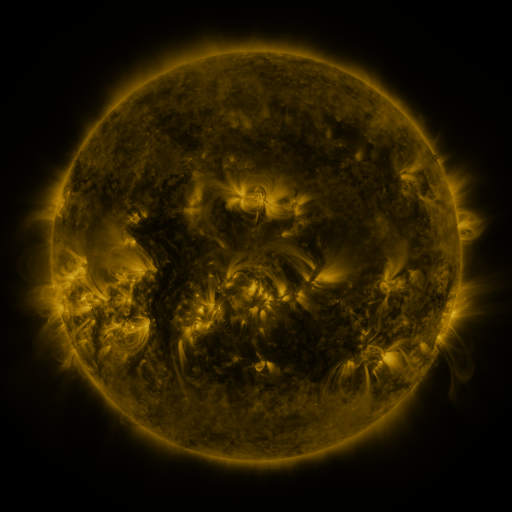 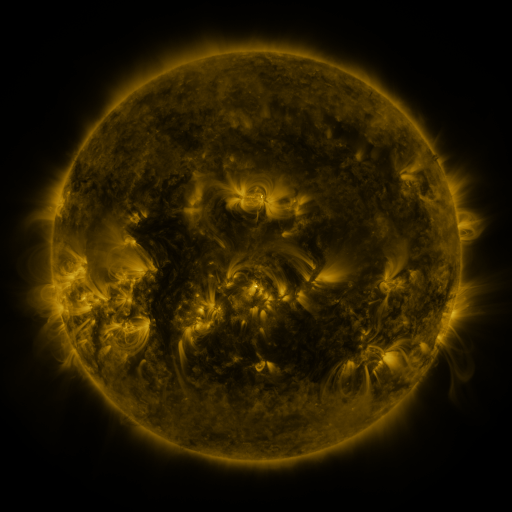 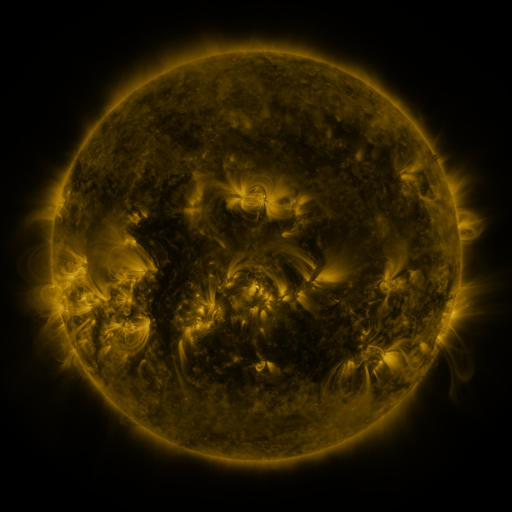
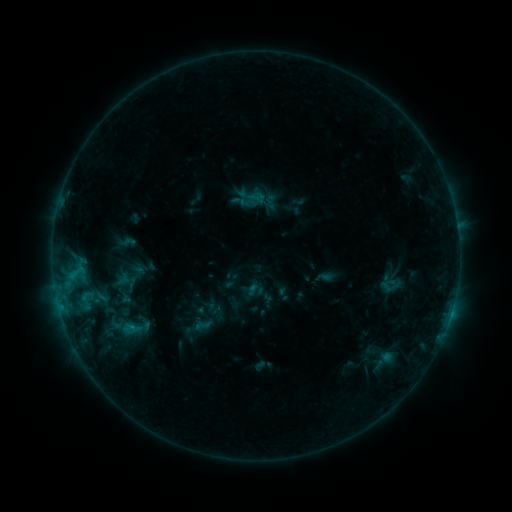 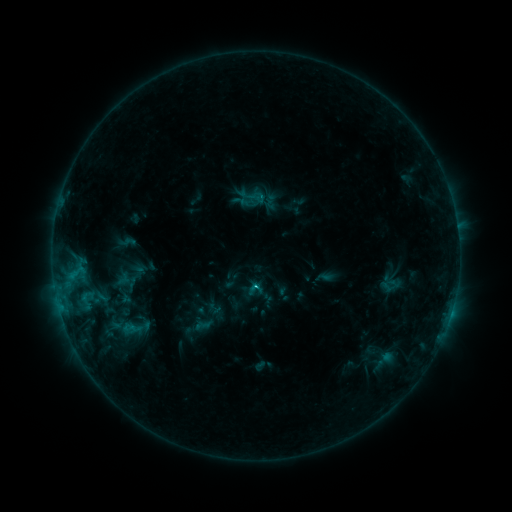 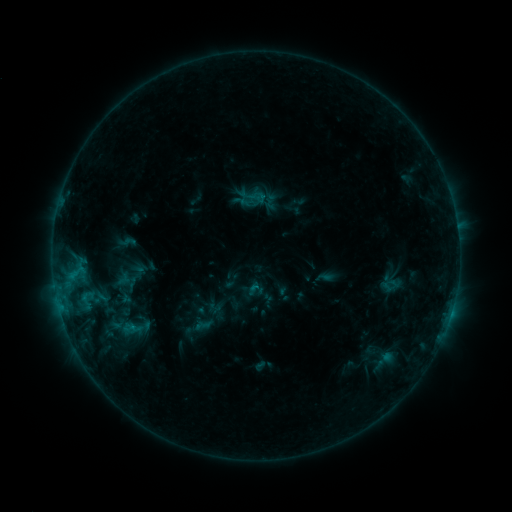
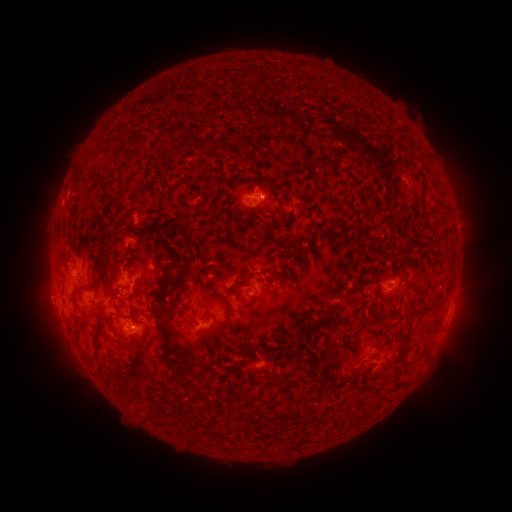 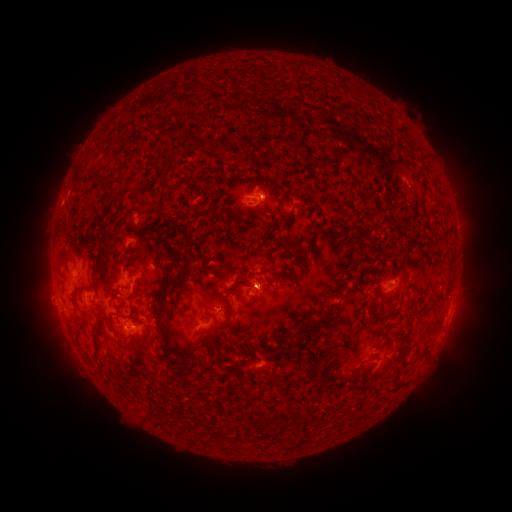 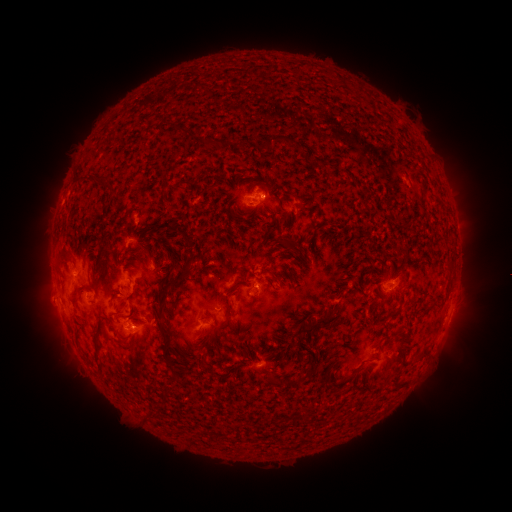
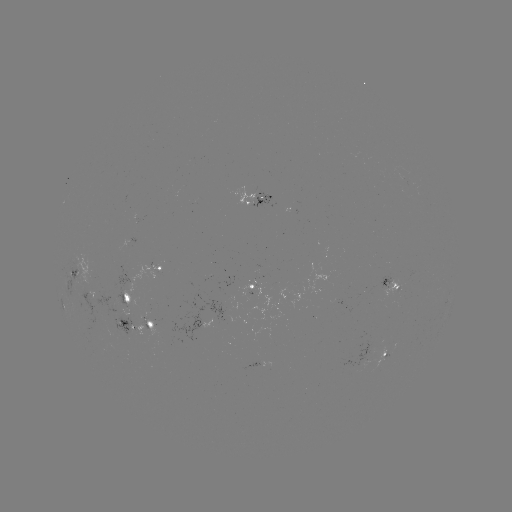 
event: flare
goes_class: B9.2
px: (256, 283)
